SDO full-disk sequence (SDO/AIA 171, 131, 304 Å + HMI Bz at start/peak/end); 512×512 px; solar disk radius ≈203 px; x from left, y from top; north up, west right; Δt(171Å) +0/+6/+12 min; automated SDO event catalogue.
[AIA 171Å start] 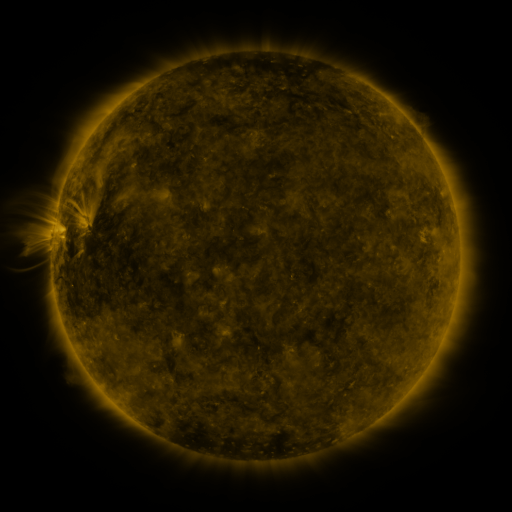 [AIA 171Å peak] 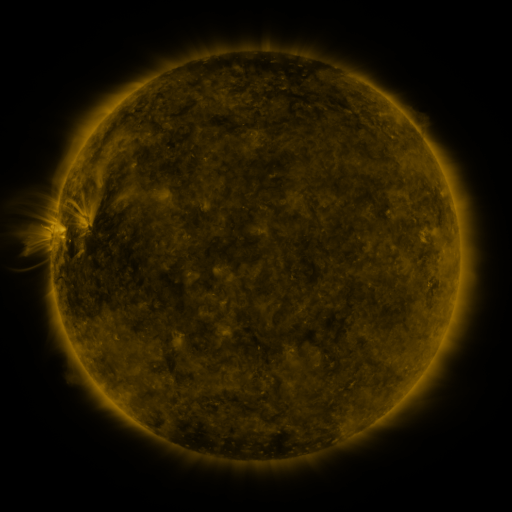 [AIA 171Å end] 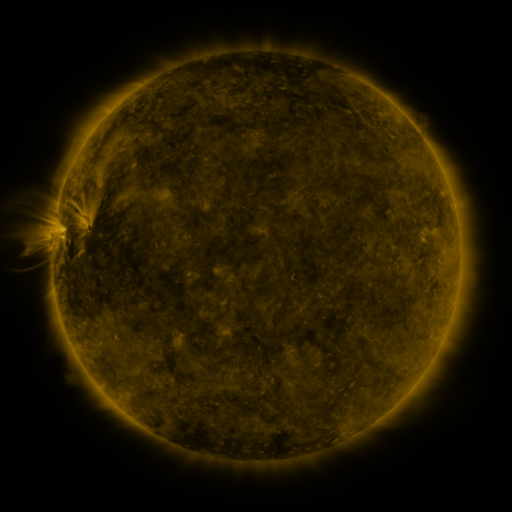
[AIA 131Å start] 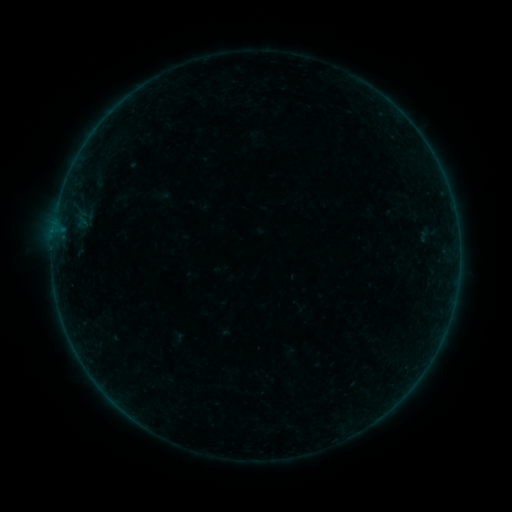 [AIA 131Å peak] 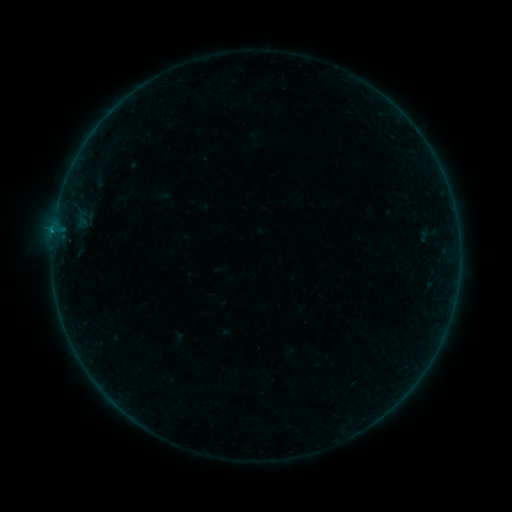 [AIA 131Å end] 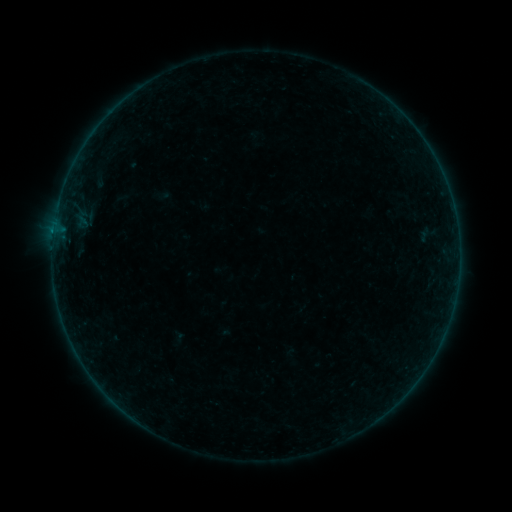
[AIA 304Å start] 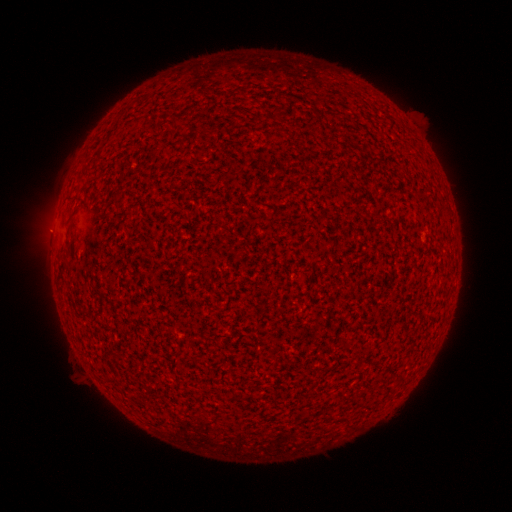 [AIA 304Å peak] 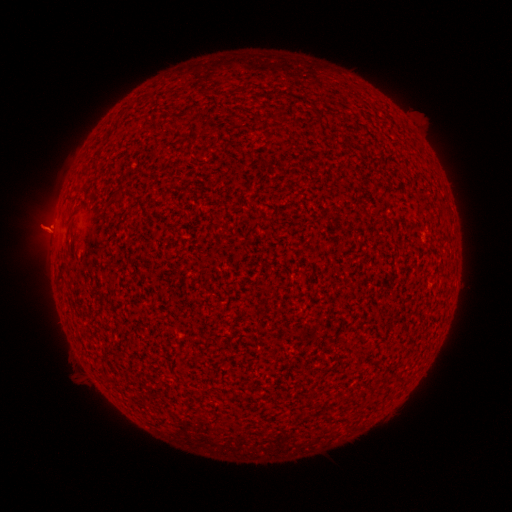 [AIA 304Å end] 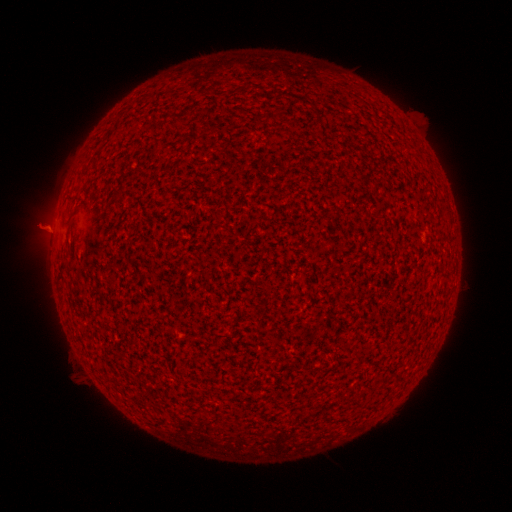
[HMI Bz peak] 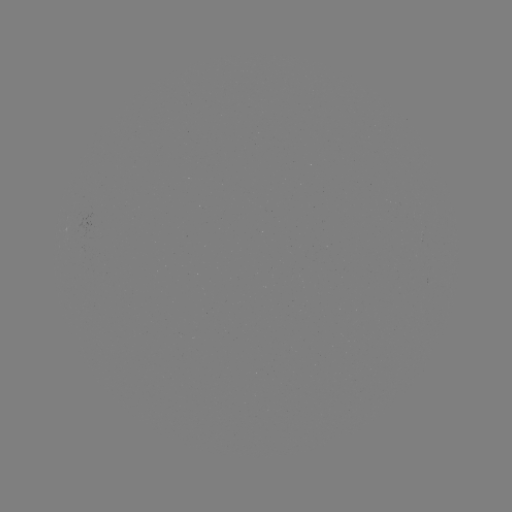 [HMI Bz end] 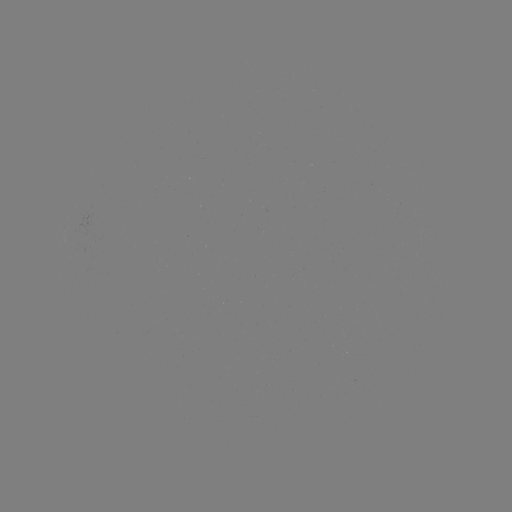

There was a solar flare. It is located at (53, 234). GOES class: B2.2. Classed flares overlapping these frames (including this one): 1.